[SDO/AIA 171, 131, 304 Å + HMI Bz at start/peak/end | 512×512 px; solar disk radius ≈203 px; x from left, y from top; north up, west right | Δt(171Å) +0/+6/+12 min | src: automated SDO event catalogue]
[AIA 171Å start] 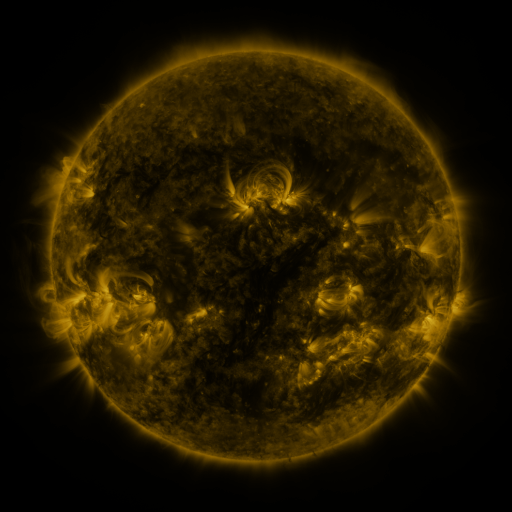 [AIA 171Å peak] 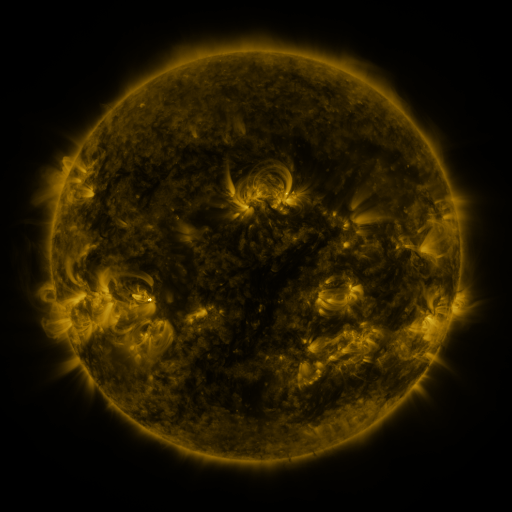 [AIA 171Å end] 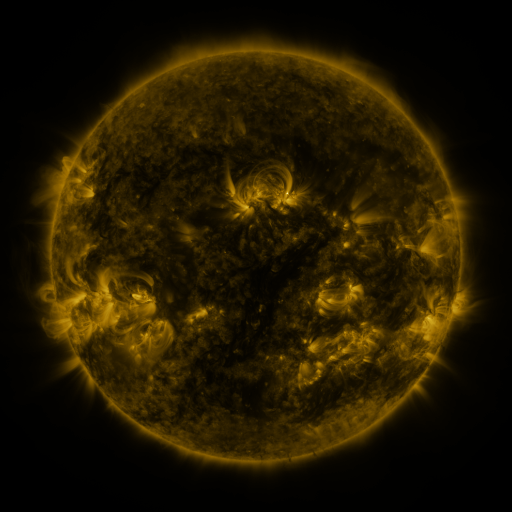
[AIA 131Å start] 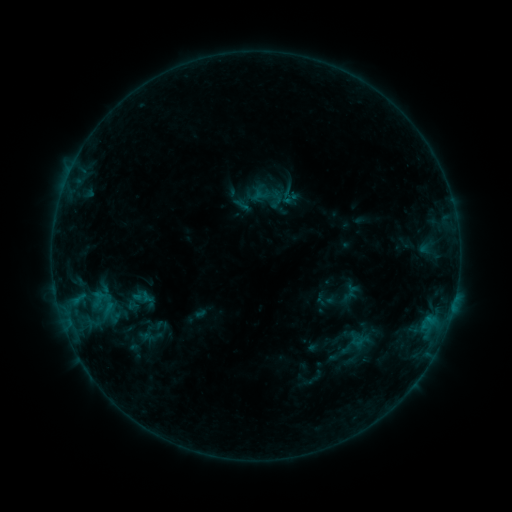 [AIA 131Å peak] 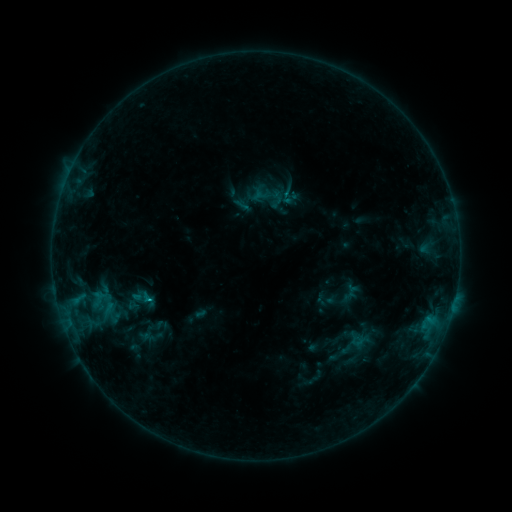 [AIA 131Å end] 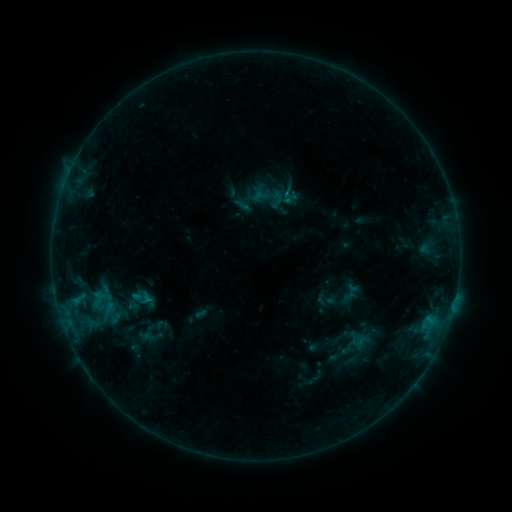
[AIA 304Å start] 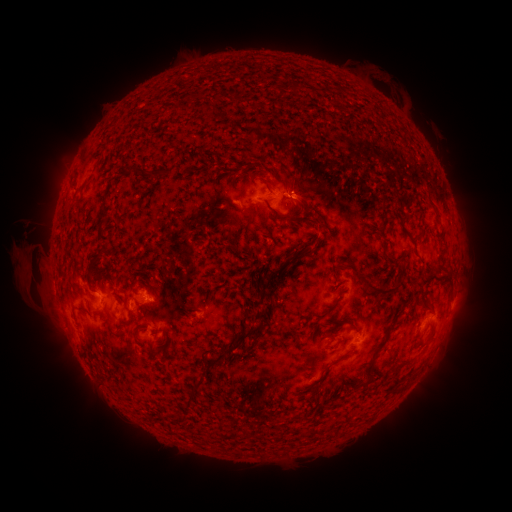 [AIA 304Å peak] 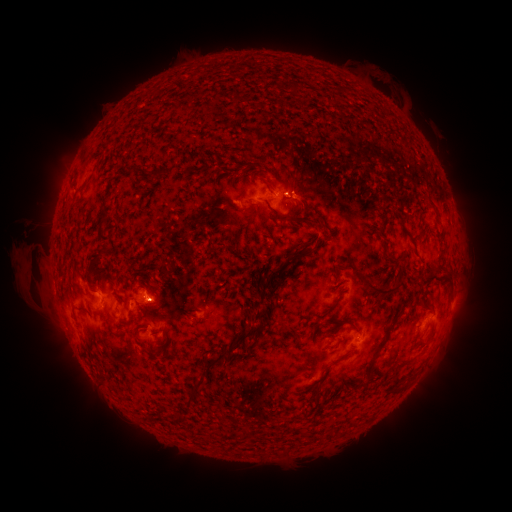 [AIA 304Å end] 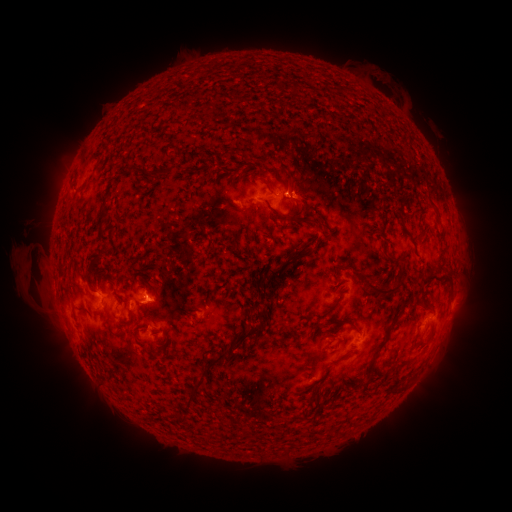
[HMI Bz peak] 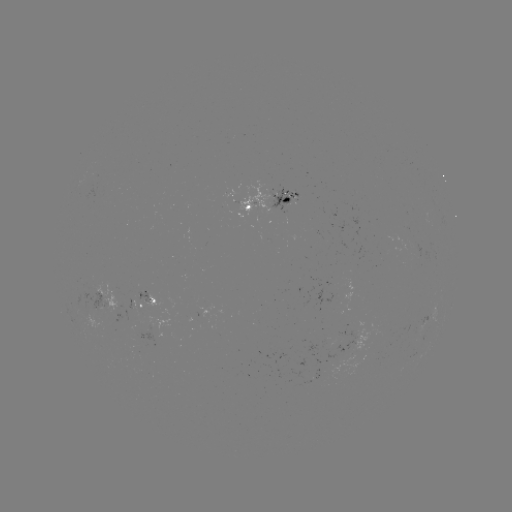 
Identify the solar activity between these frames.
B5.7 flare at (429, 316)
